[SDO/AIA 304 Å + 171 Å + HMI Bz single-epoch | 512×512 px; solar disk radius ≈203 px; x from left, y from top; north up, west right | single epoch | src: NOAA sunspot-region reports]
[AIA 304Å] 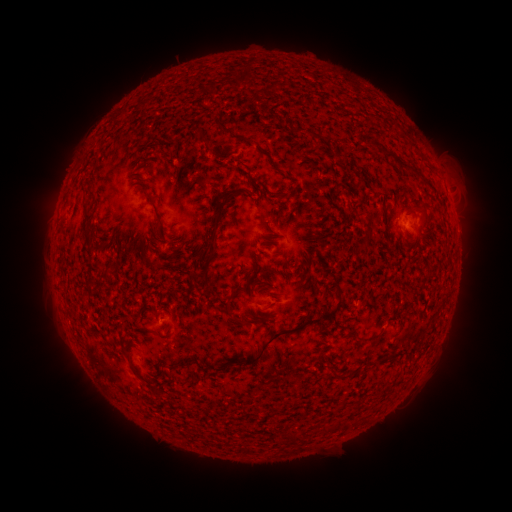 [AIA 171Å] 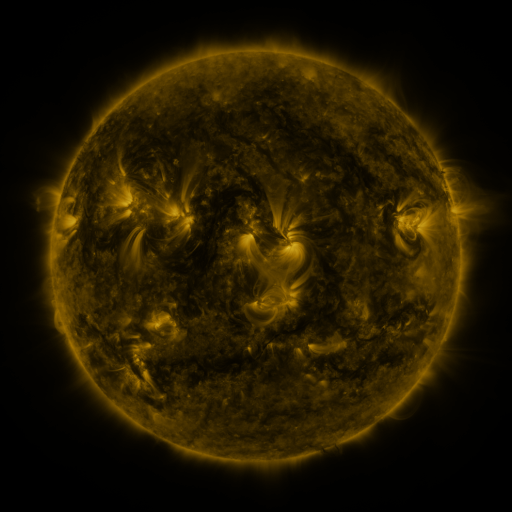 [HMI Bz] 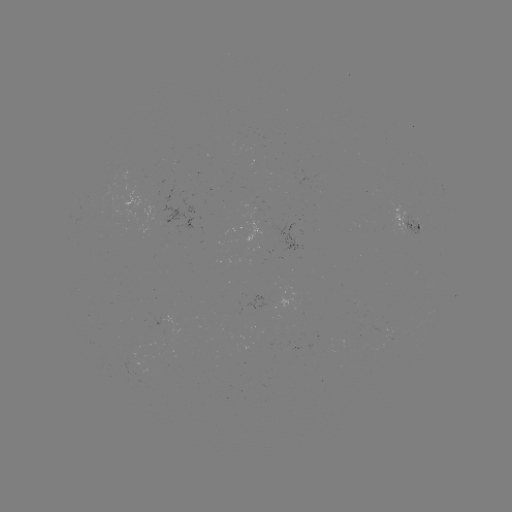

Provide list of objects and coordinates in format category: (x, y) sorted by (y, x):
spotted active region: (410, 225)
